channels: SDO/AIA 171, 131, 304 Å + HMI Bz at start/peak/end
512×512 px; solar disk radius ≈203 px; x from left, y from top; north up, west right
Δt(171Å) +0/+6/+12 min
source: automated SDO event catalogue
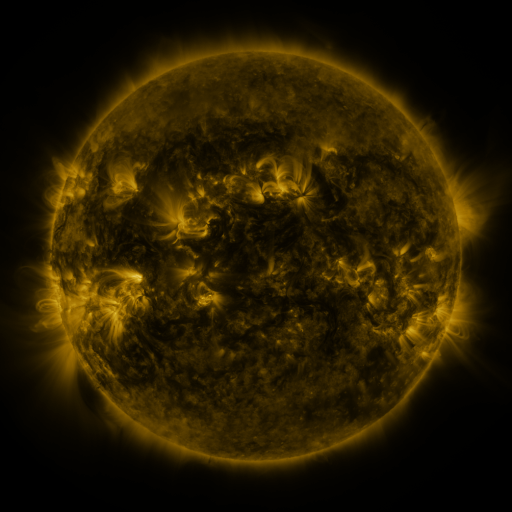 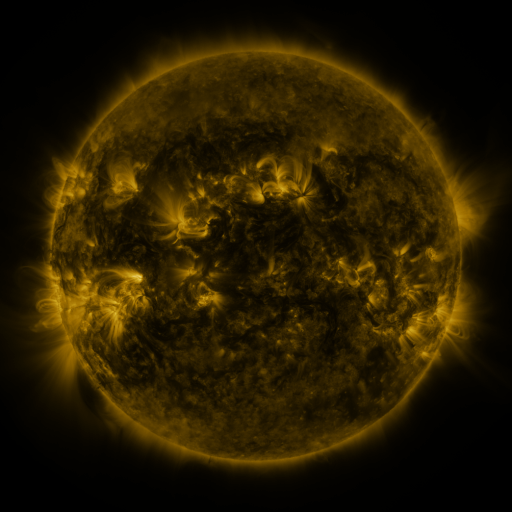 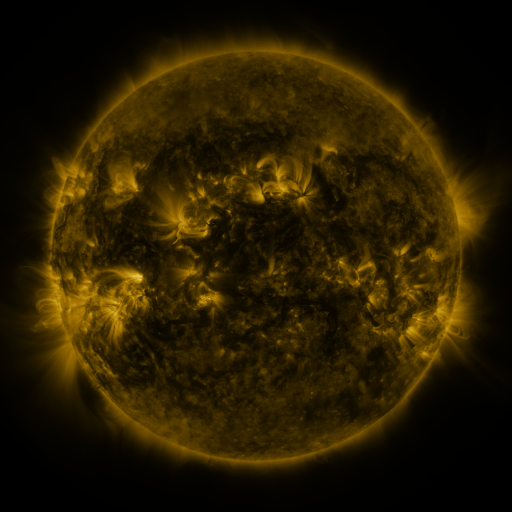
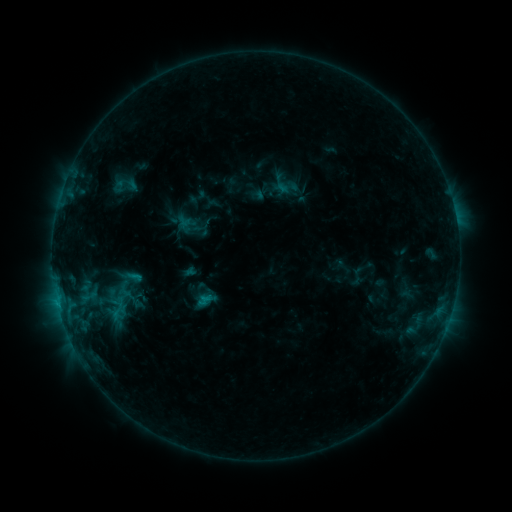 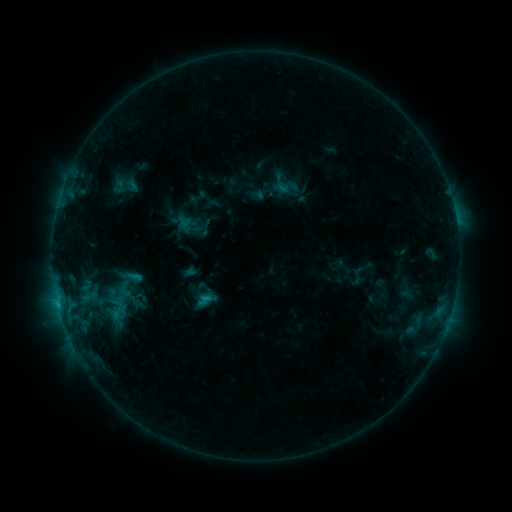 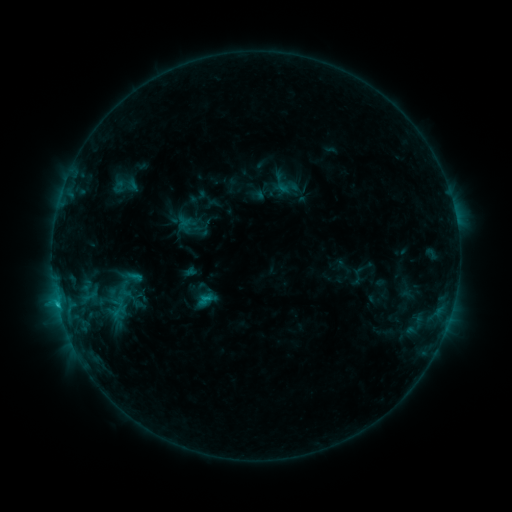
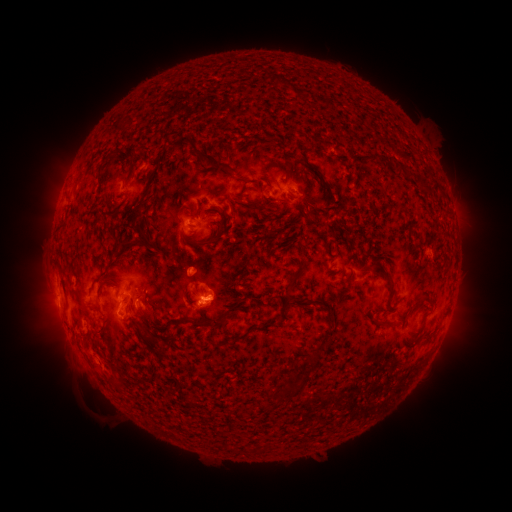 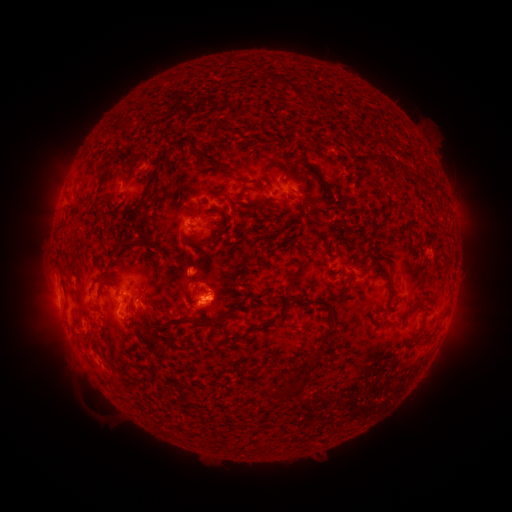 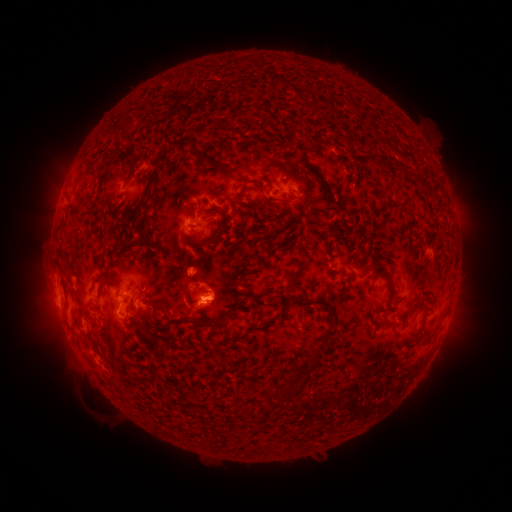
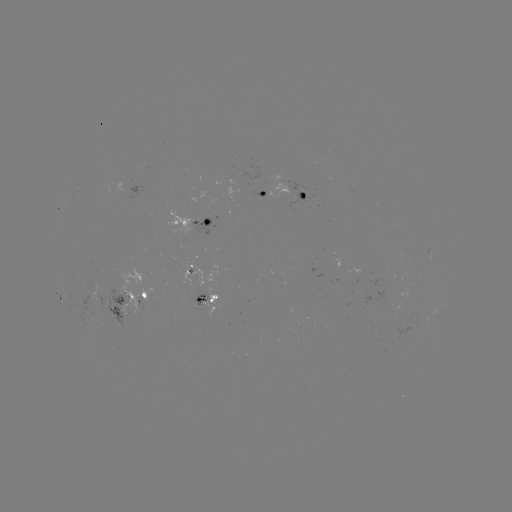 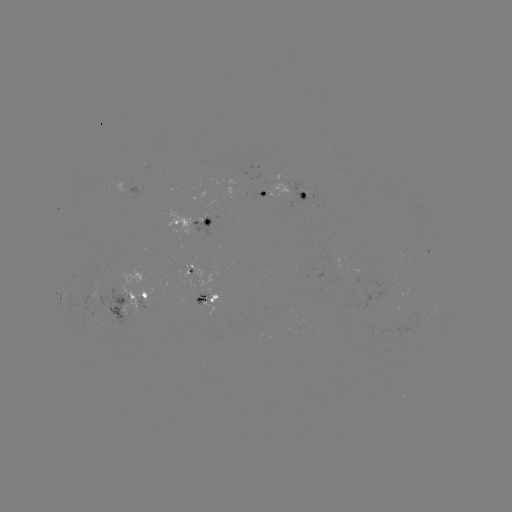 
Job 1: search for C1.1 flare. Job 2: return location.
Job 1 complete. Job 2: [58, 300].